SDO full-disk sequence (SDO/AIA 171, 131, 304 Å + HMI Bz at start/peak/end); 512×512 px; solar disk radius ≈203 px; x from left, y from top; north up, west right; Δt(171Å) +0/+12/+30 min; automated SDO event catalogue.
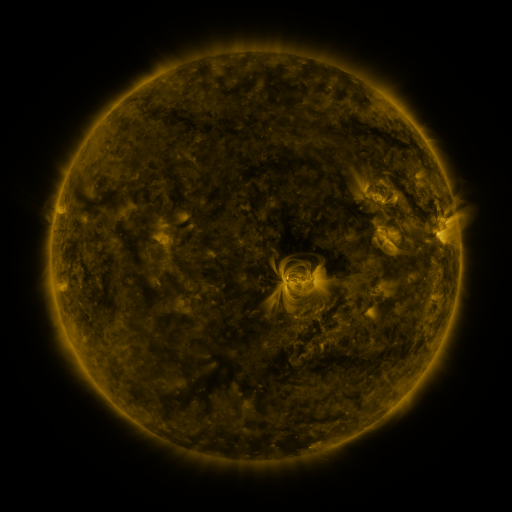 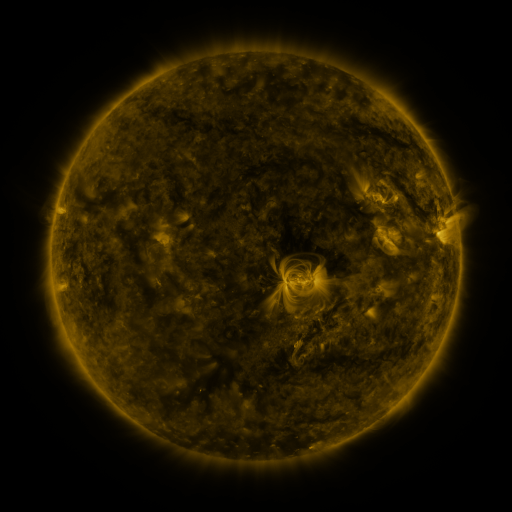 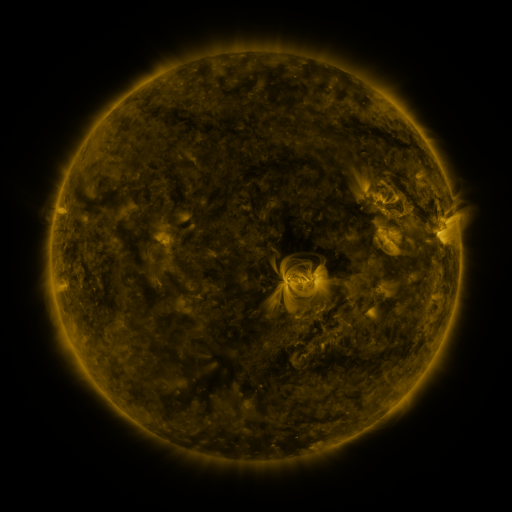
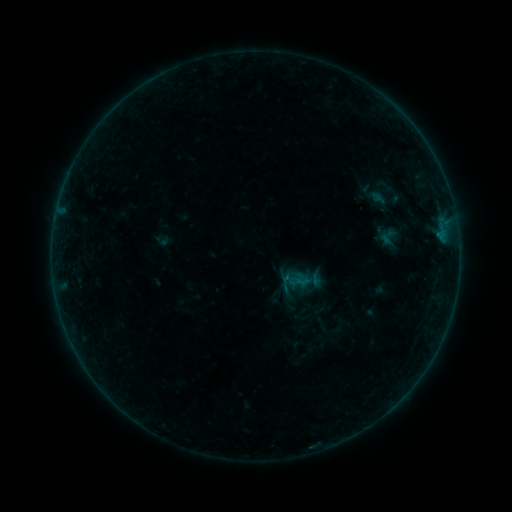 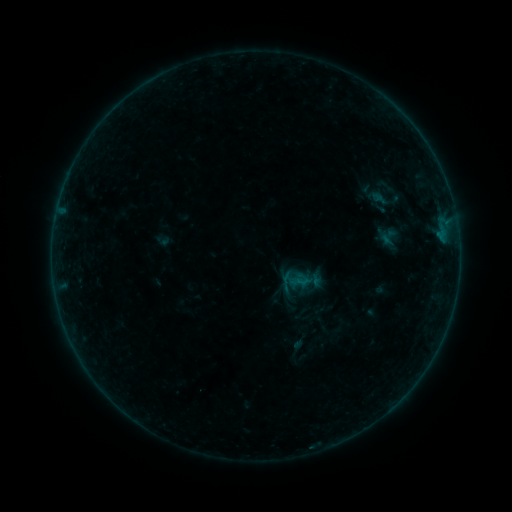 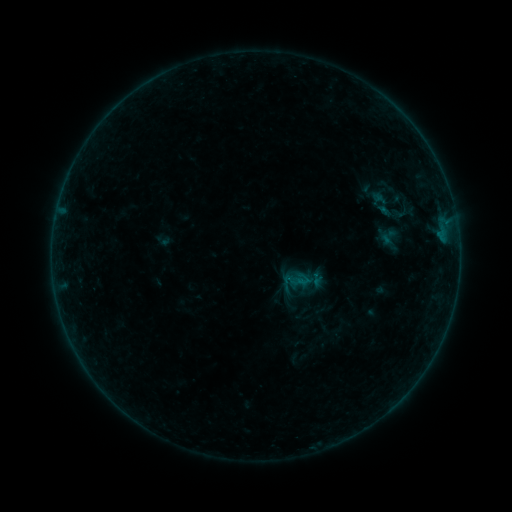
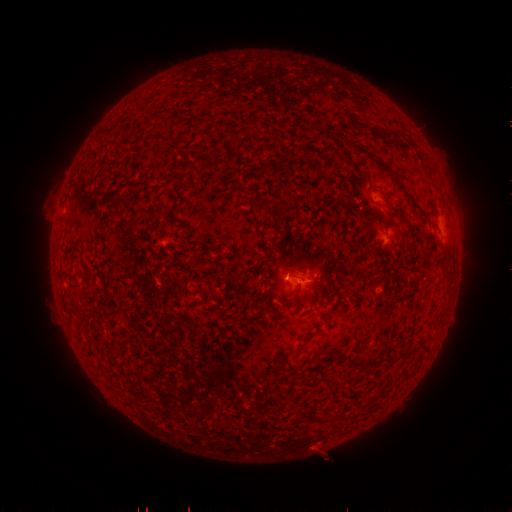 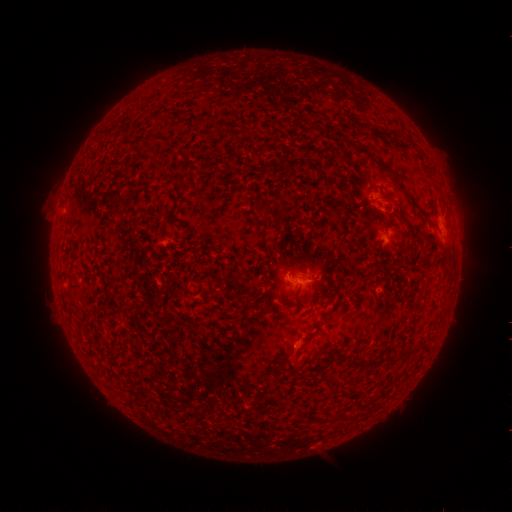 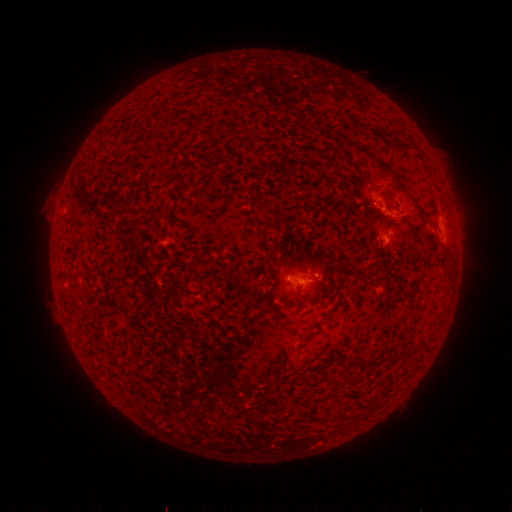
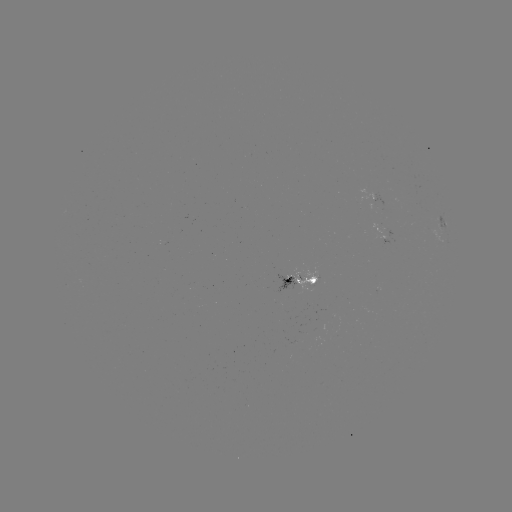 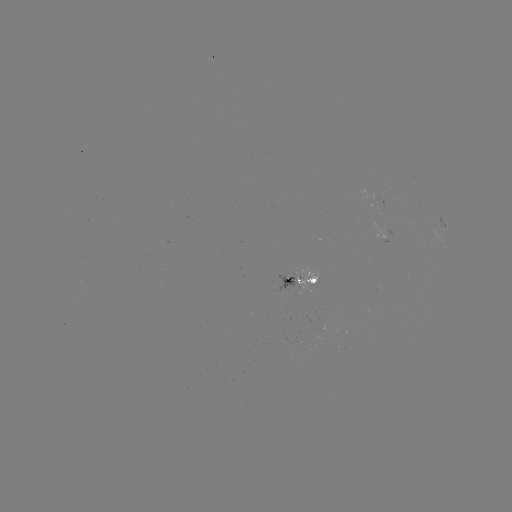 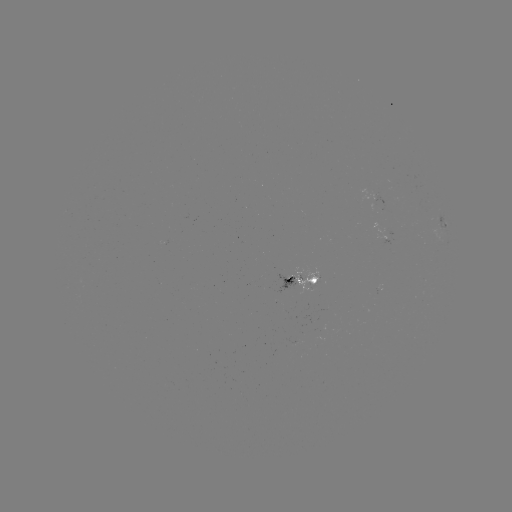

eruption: <bbox>368, 181, 429, 231</bbox>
